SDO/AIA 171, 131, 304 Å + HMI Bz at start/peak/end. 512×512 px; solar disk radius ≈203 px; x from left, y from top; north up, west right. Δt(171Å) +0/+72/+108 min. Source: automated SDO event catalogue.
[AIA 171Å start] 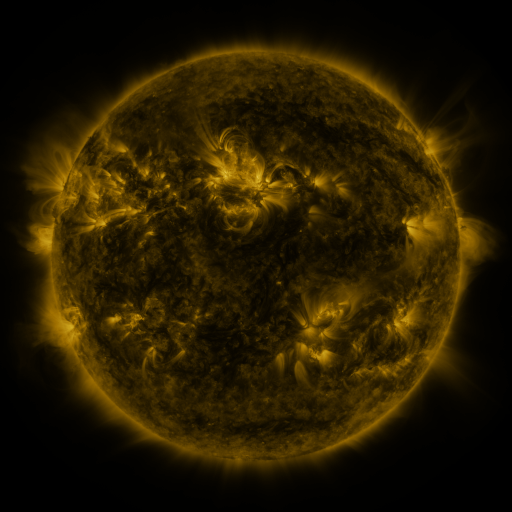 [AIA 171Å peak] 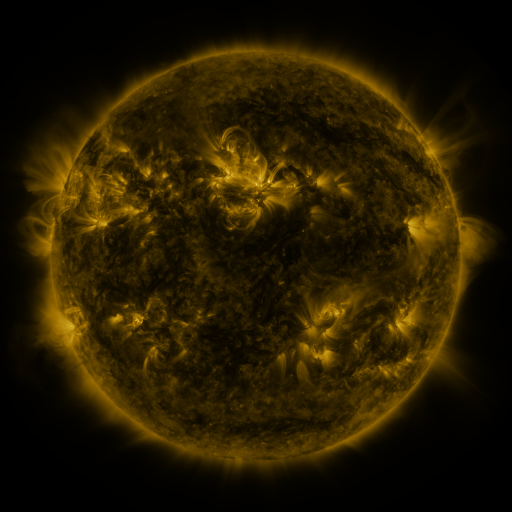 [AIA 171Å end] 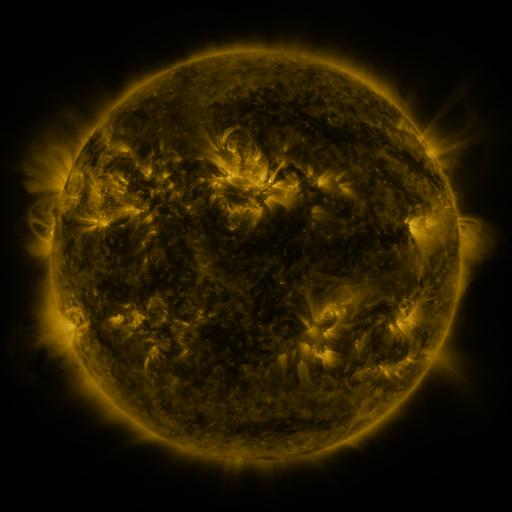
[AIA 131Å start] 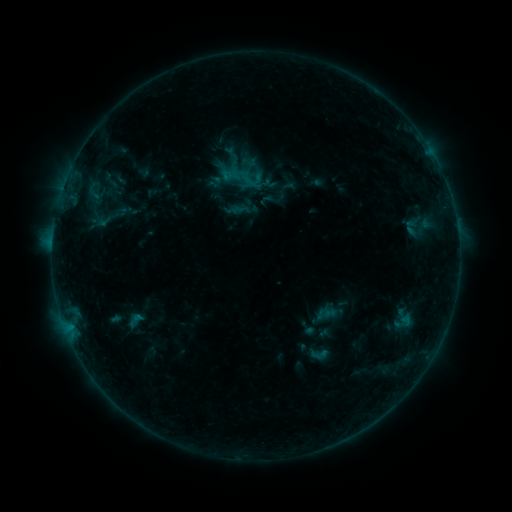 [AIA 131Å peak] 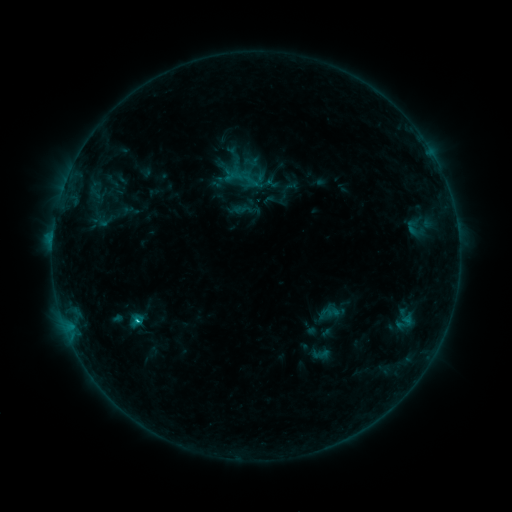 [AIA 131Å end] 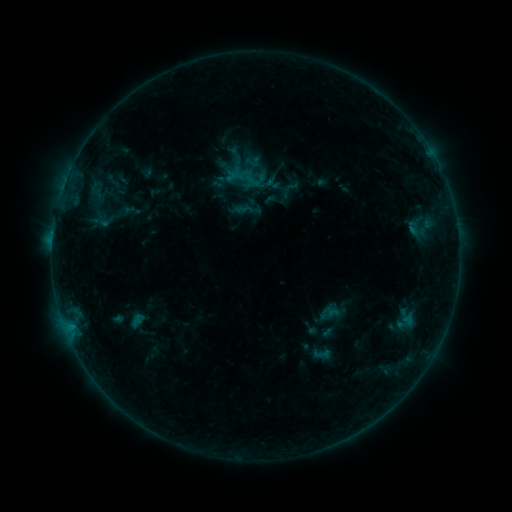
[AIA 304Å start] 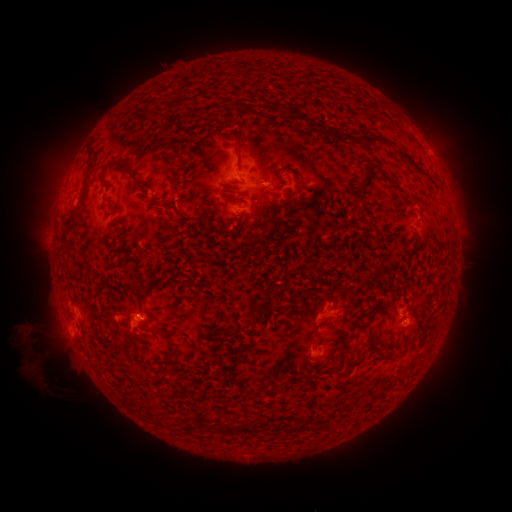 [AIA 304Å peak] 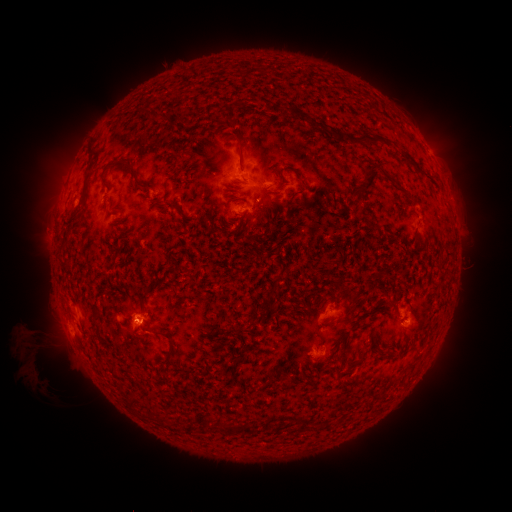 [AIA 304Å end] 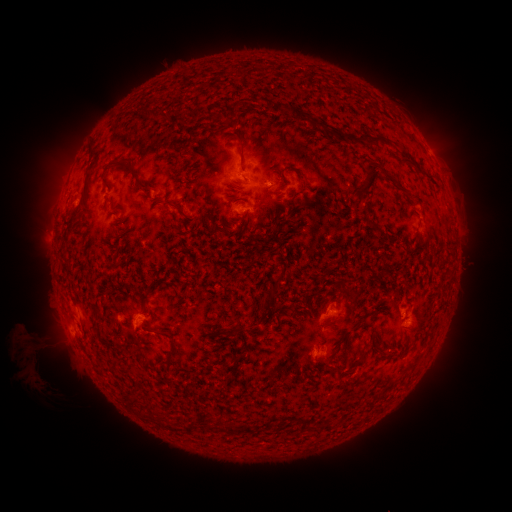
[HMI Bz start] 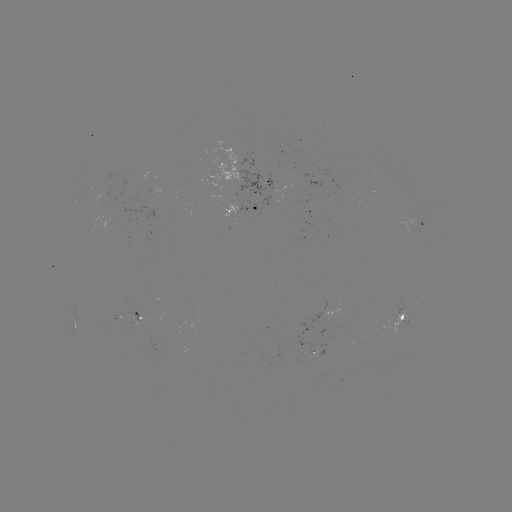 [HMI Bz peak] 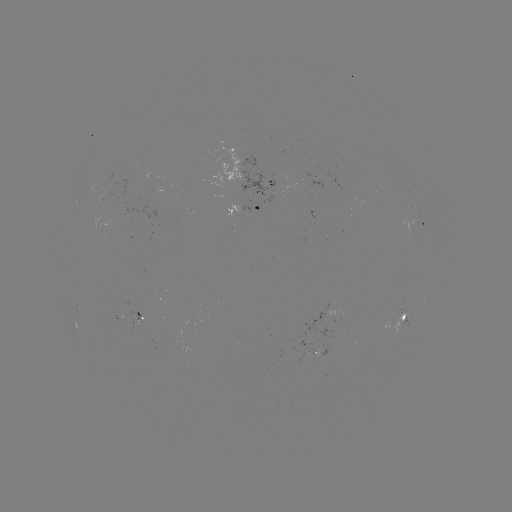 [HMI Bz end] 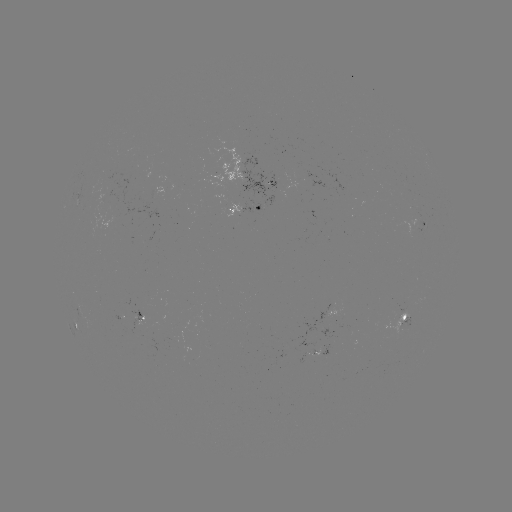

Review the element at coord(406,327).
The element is emerging-flux region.